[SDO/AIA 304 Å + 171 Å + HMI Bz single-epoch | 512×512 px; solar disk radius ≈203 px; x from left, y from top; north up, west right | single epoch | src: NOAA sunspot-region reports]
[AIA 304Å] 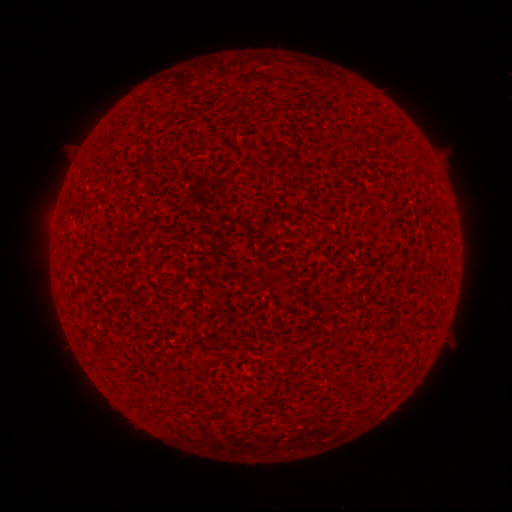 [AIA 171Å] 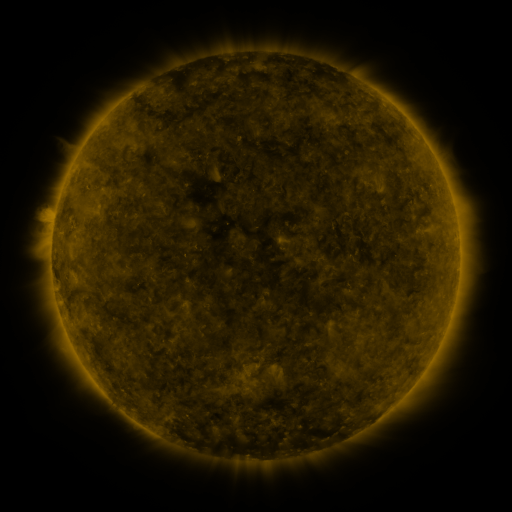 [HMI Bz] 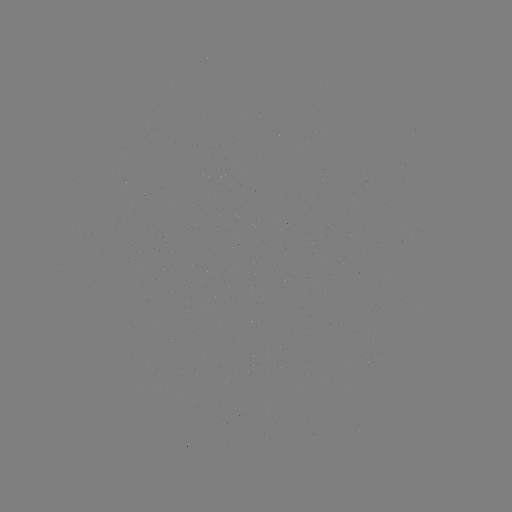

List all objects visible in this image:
(none)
